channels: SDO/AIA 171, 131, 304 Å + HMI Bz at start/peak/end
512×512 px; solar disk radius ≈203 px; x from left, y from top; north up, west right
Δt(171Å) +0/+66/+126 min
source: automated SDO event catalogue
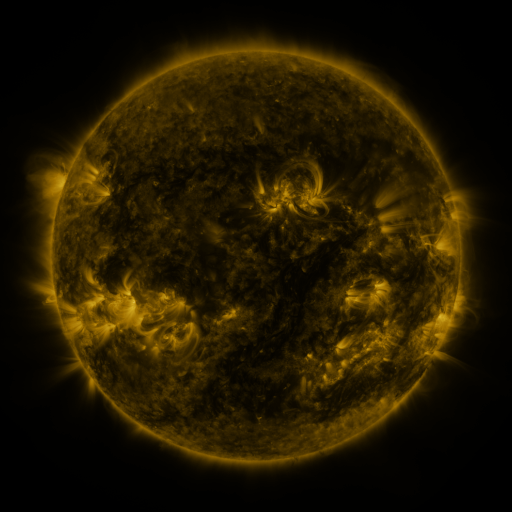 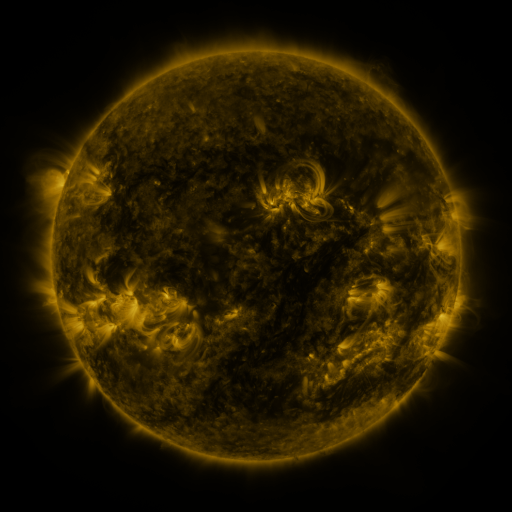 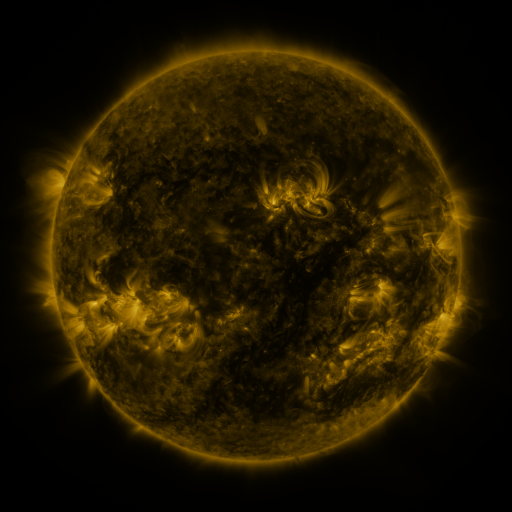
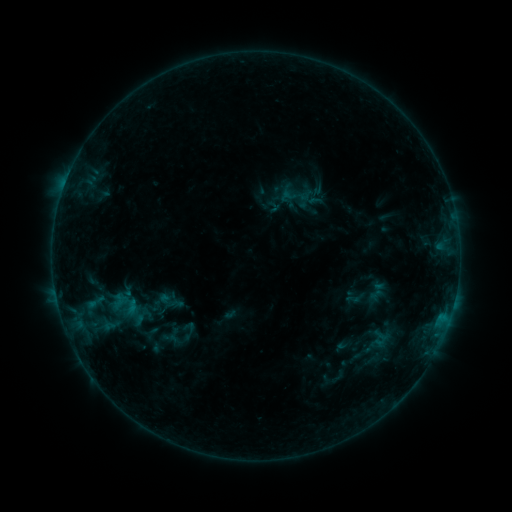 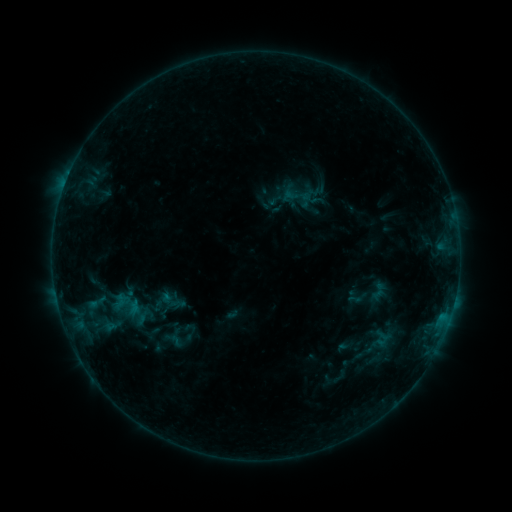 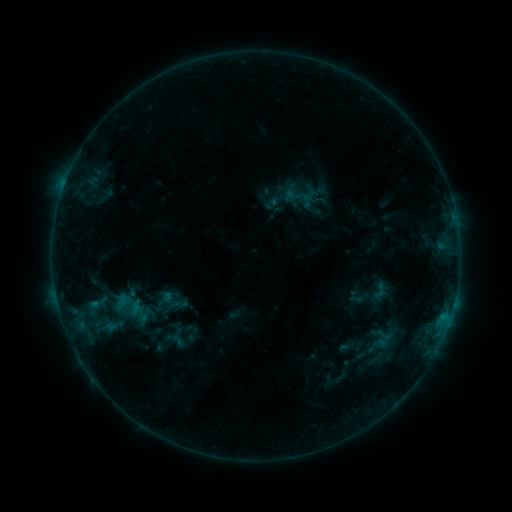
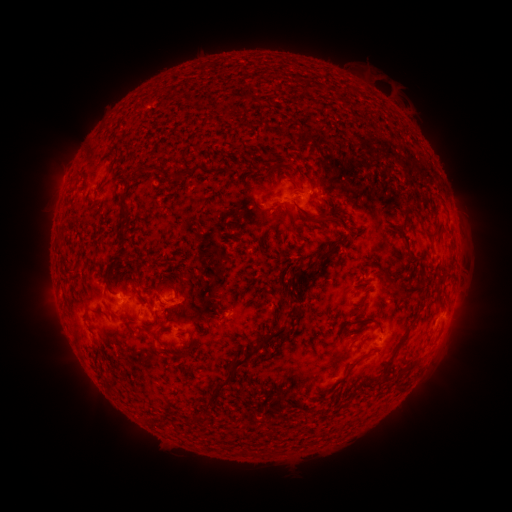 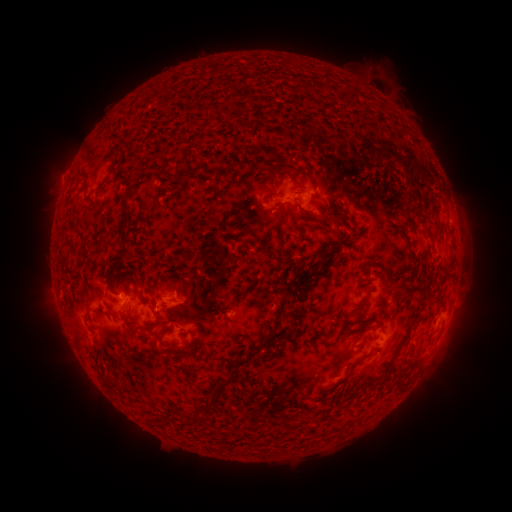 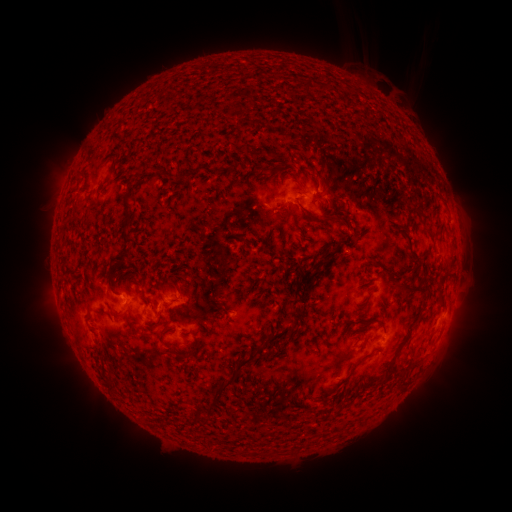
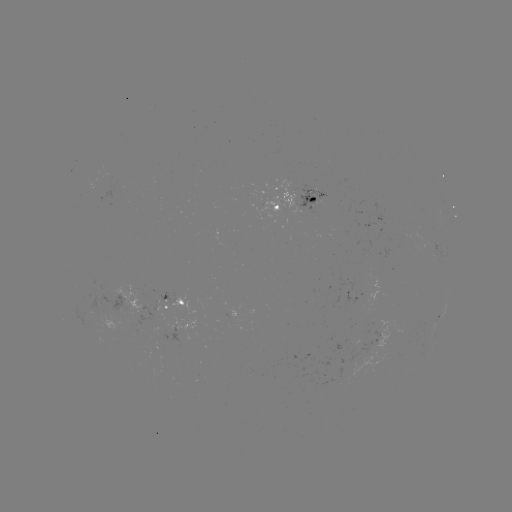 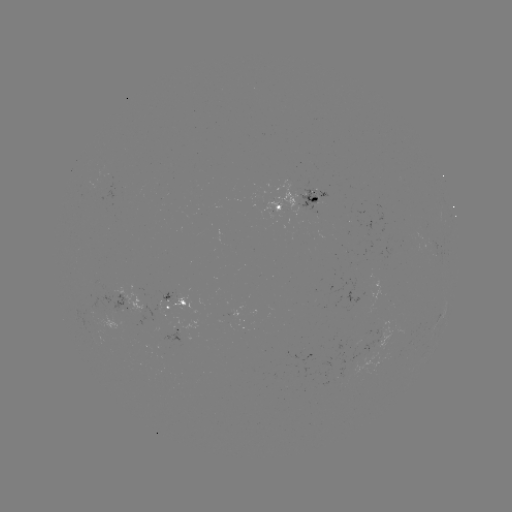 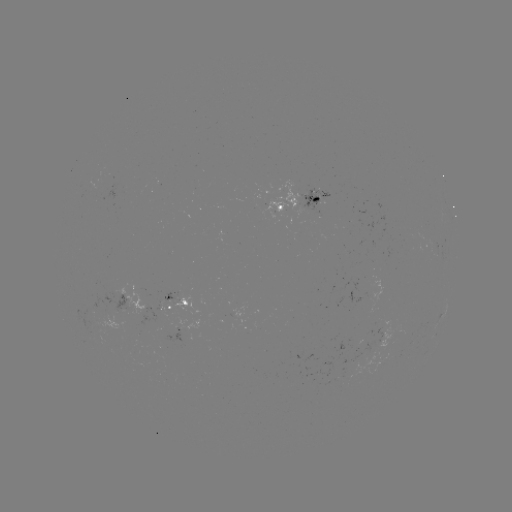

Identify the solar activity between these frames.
filament eruption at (386, 56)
